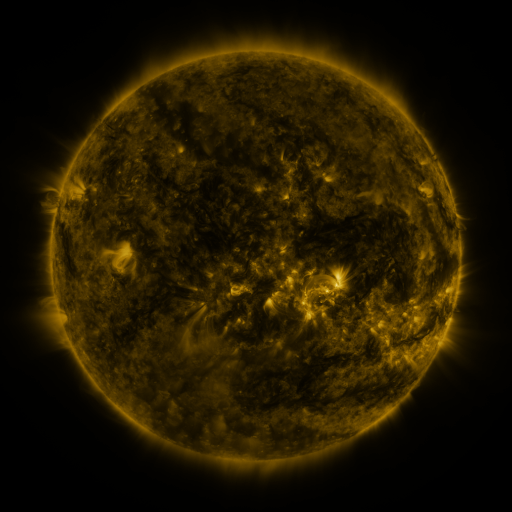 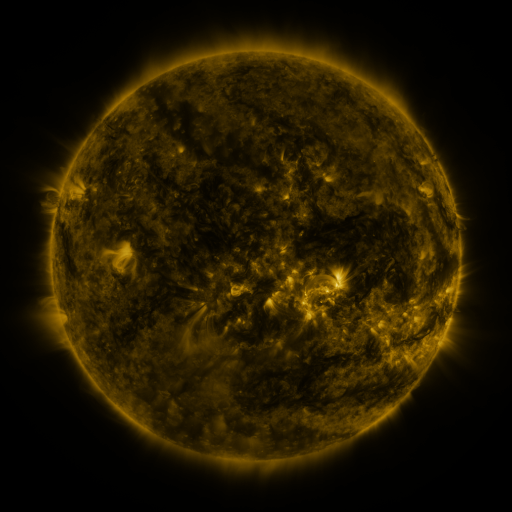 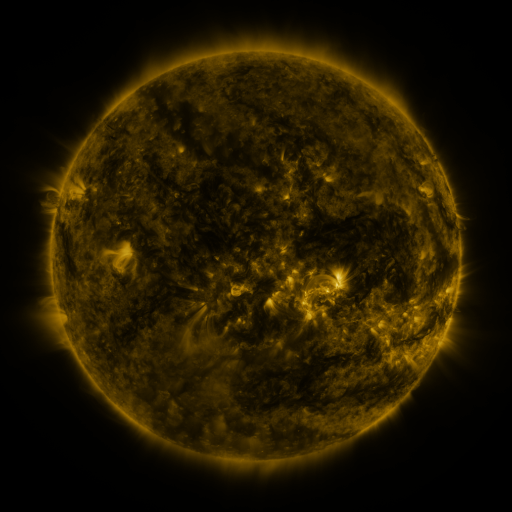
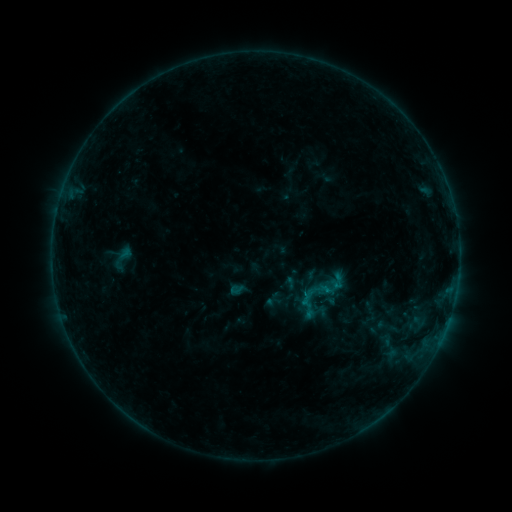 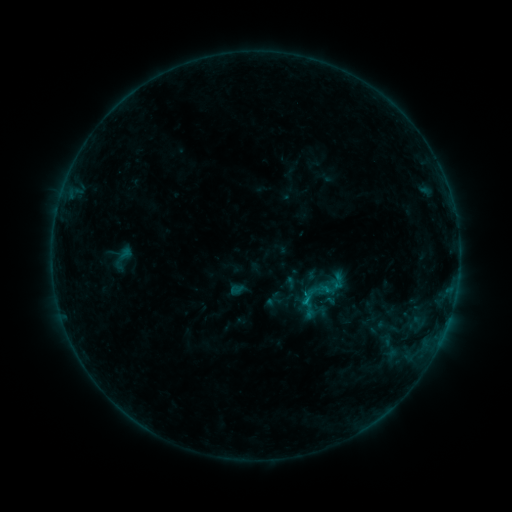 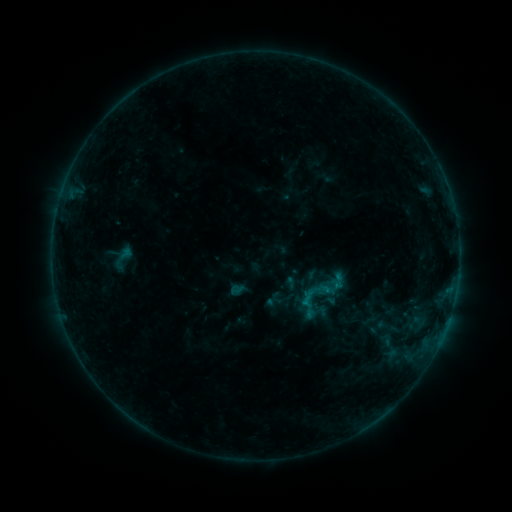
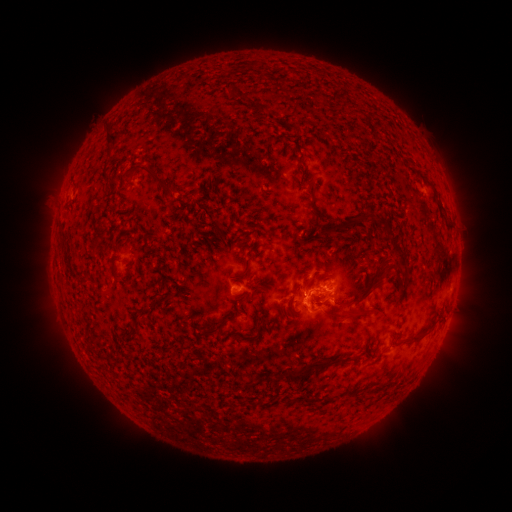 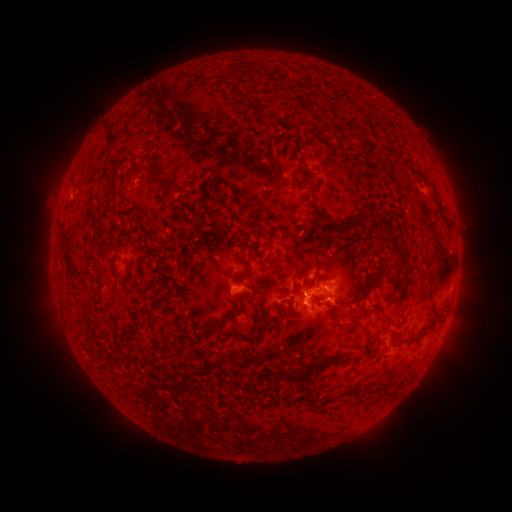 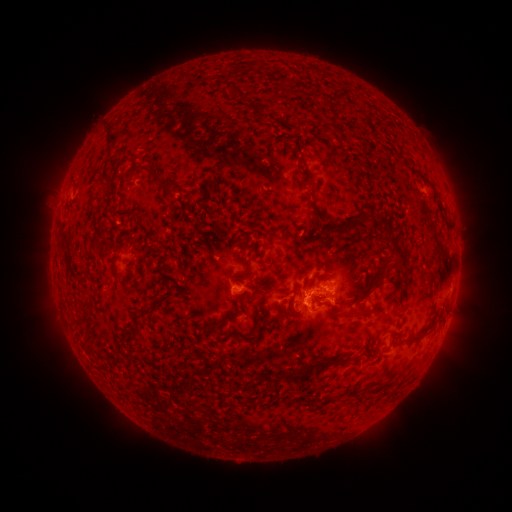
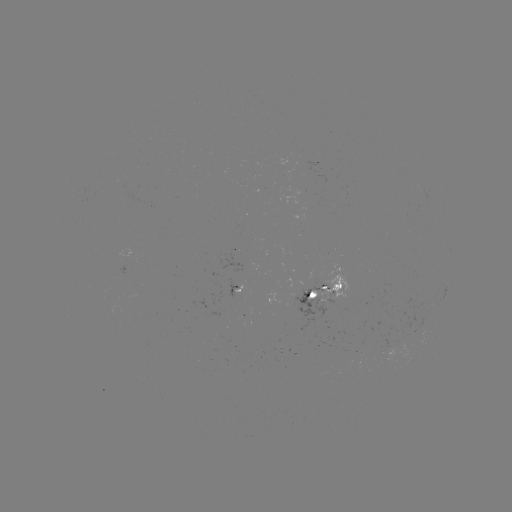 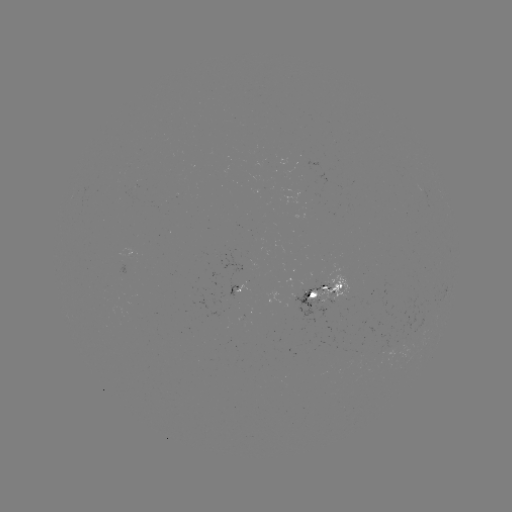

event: flare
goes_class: B5.7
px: (305, 298)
